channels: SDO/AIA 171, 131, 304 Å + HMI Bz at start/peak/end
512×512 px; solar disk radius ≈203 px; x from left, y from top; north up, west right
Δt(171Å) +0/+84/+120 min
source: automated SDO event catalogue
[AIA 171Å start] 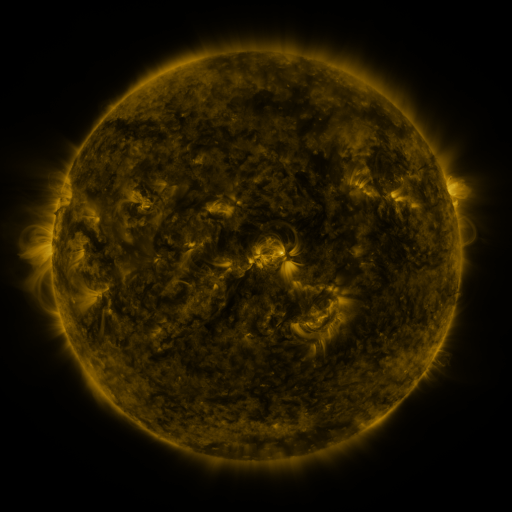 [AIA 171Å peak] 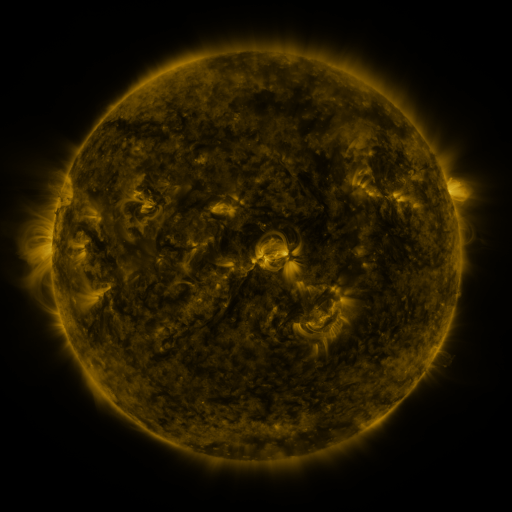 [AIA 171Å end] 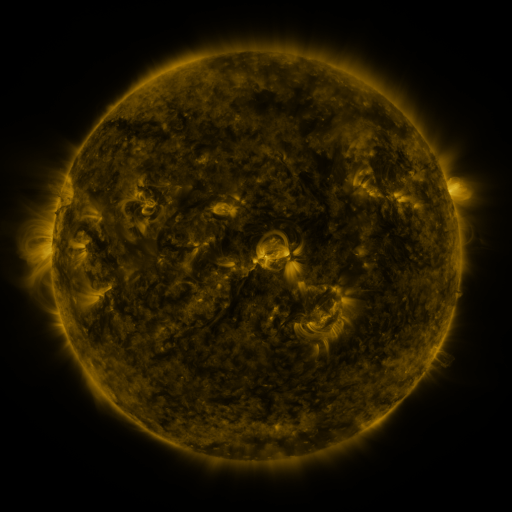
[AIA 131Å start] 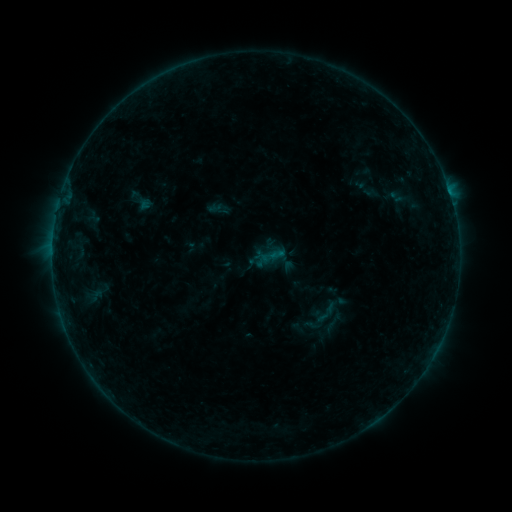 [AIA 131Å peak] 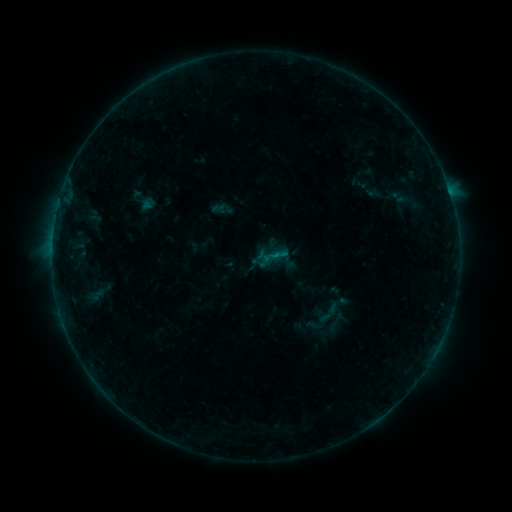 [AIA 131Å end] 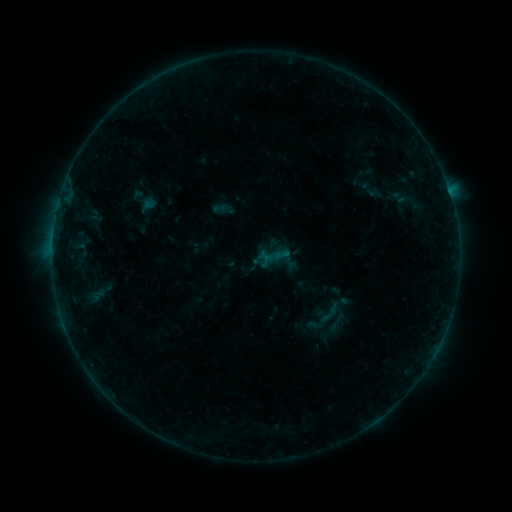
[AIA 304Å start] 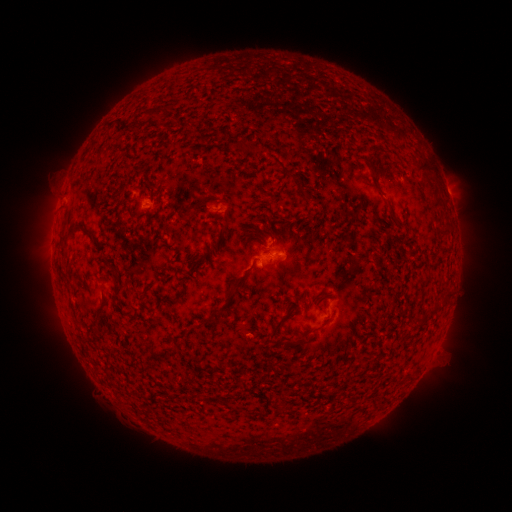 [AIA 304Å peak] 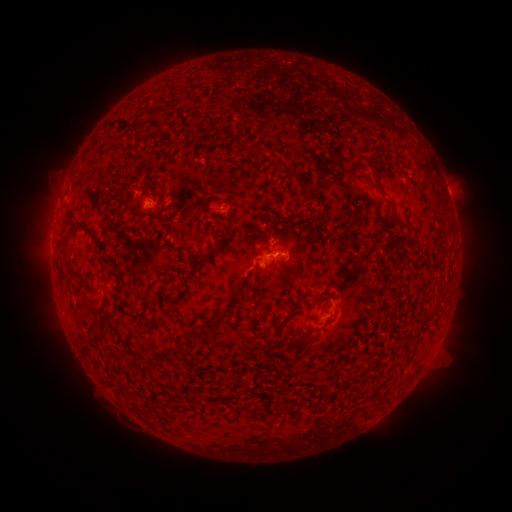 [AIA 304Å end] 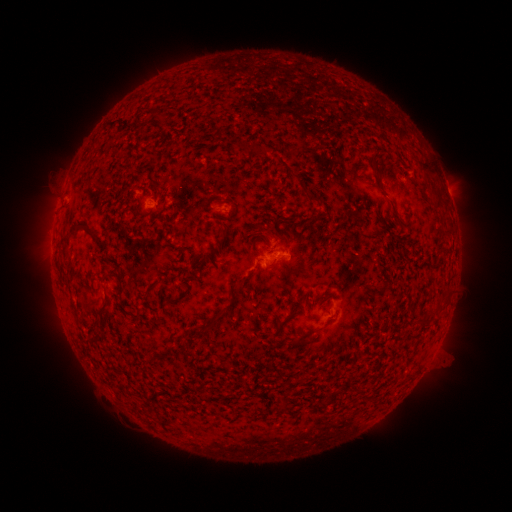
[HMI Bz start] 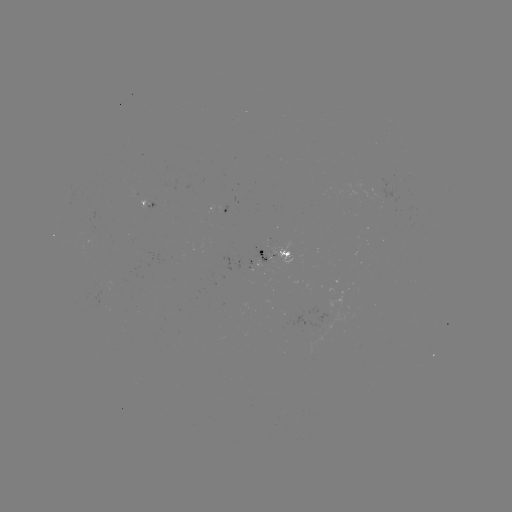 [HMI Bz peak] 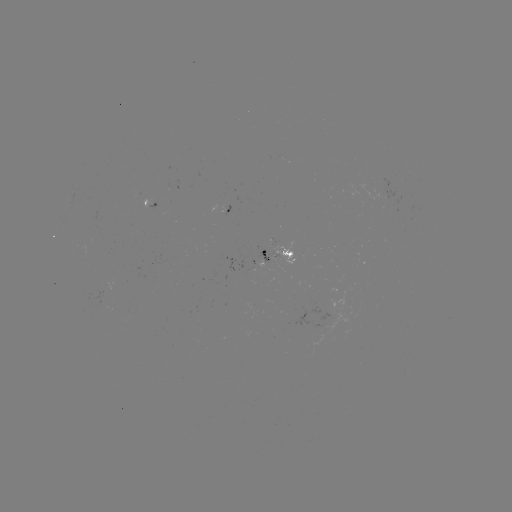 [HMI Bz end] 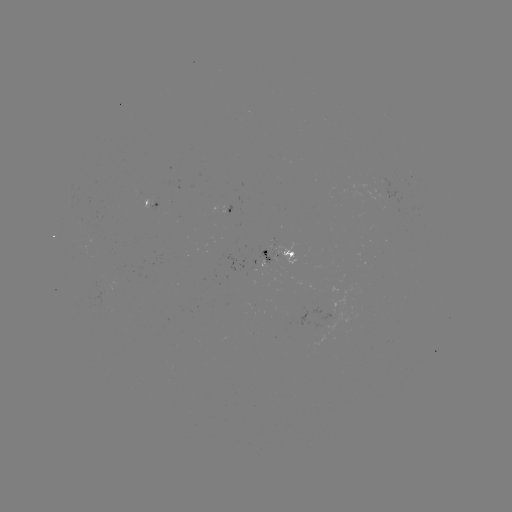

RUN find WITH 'emerging-flux region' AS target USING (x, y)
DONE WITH (221, 202) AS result